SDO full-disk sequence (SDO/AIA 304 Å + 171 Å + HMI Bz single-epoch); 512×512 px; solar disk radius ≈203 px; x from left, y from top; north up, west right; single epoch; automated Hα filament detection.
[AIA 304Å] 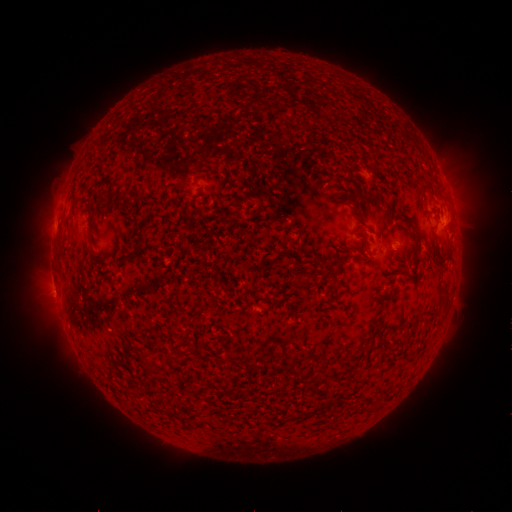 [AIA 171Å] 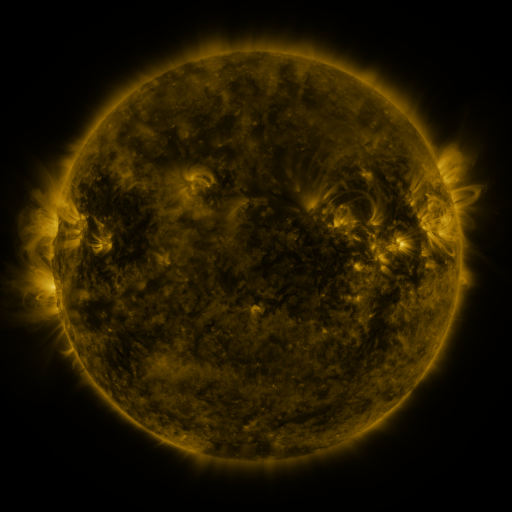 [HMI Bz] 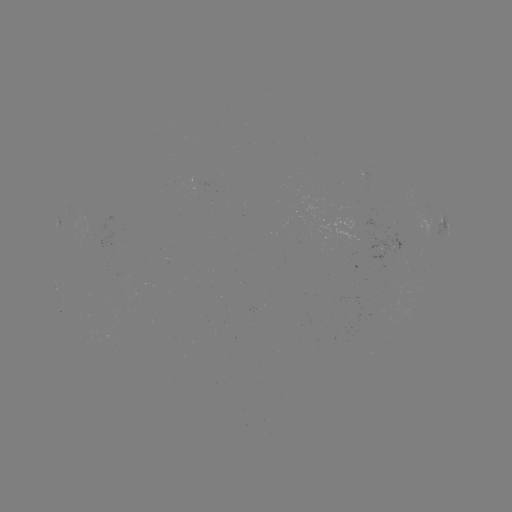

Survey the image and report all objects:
filament: (408, 227)
filament: (370, 230)
filament: (136, 250)
